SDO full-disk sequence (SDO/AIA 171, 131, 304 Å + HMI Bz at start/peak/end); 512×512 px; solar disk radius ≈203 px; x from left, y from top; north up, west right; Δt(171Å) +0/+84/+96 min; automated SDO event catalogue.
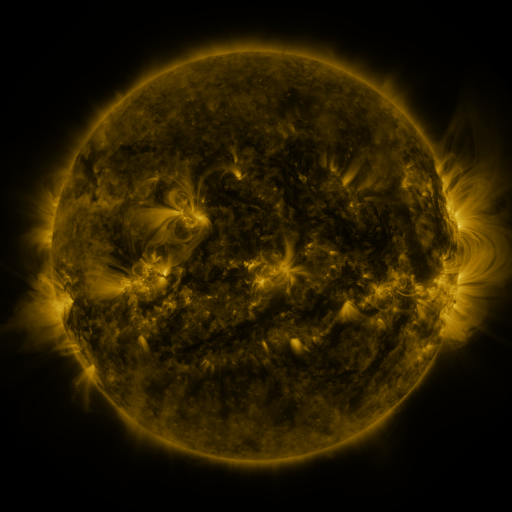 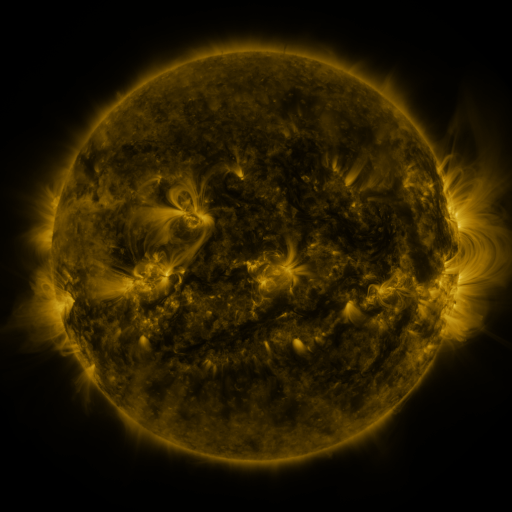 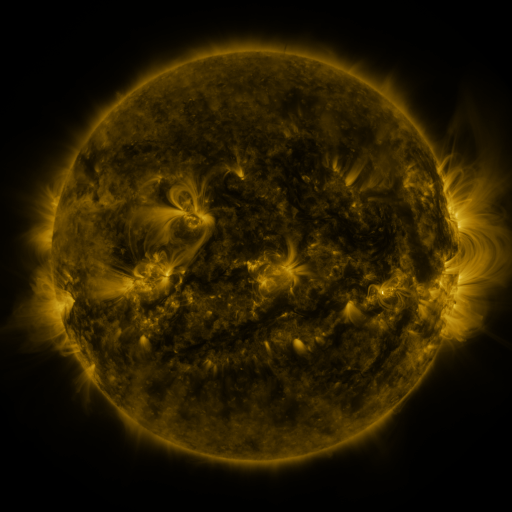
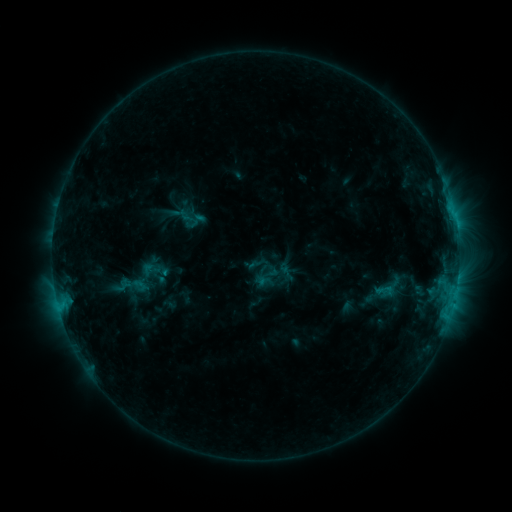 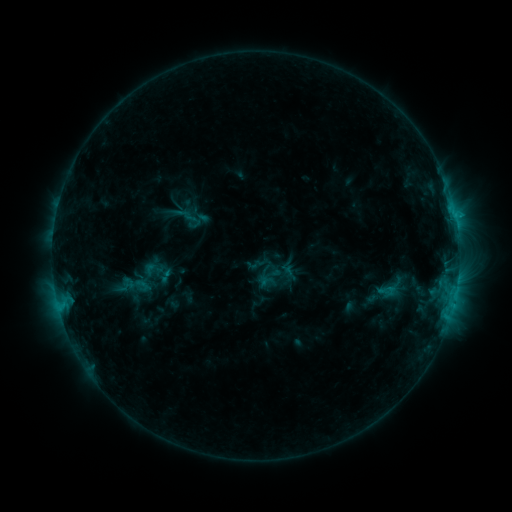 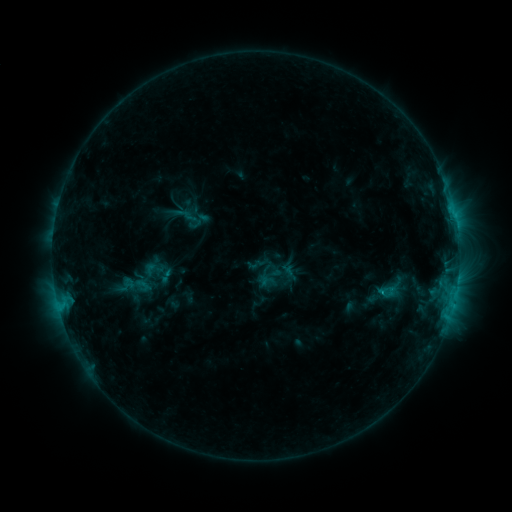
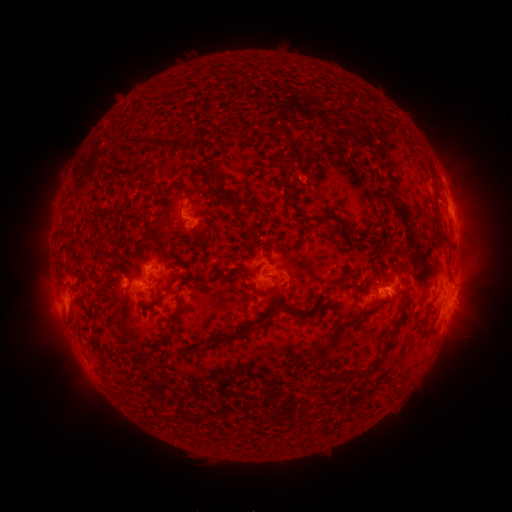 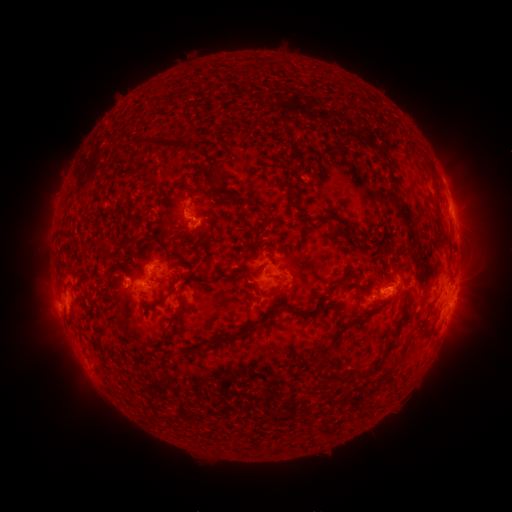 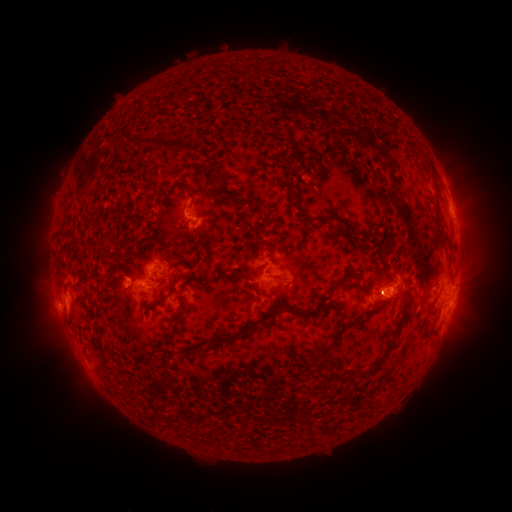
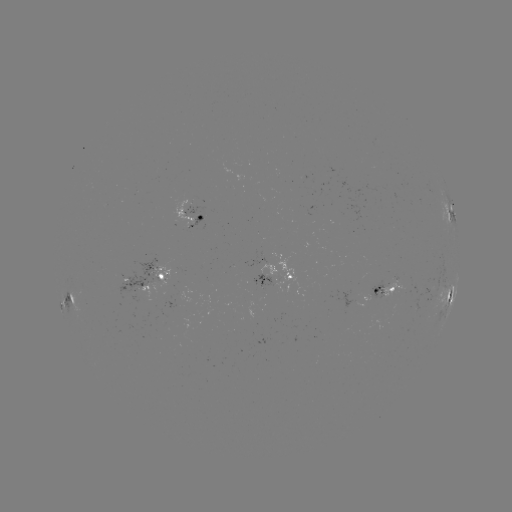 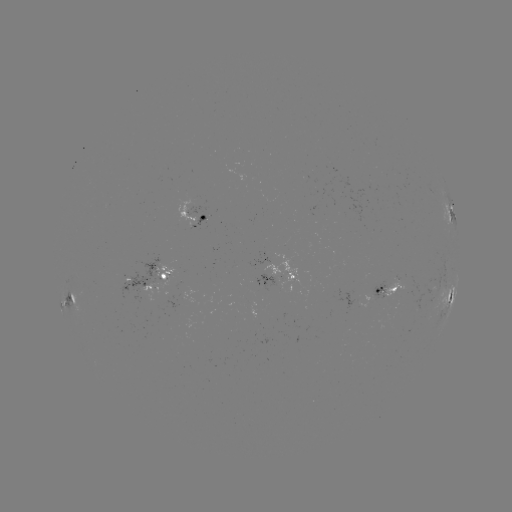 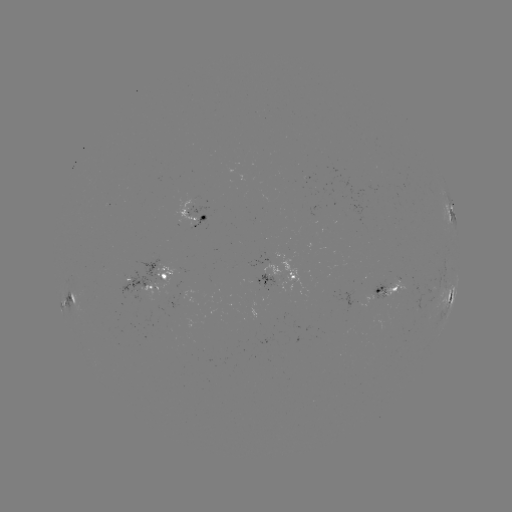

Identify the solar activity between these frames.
emerging-flux region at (147, 275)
